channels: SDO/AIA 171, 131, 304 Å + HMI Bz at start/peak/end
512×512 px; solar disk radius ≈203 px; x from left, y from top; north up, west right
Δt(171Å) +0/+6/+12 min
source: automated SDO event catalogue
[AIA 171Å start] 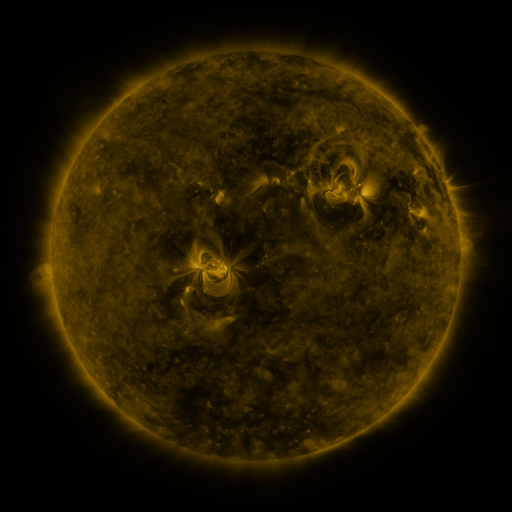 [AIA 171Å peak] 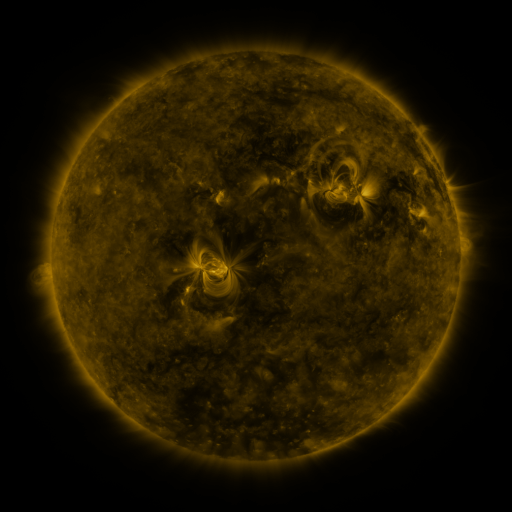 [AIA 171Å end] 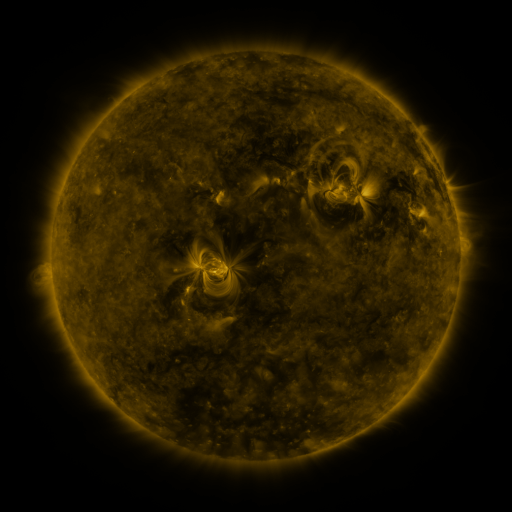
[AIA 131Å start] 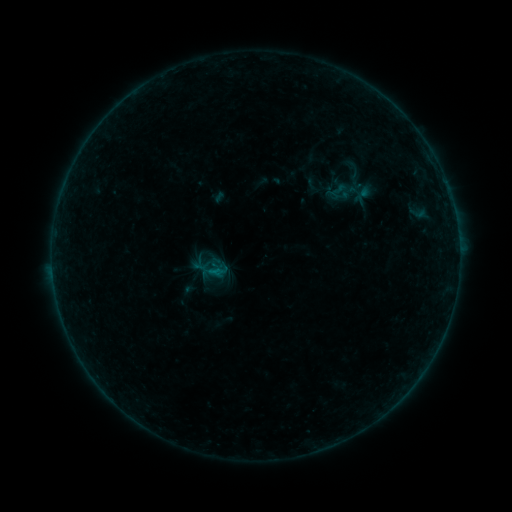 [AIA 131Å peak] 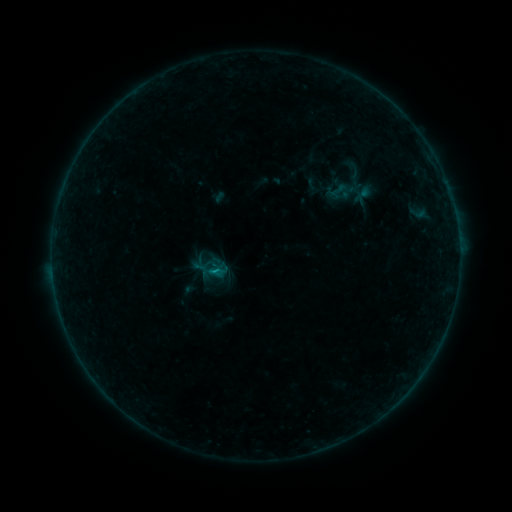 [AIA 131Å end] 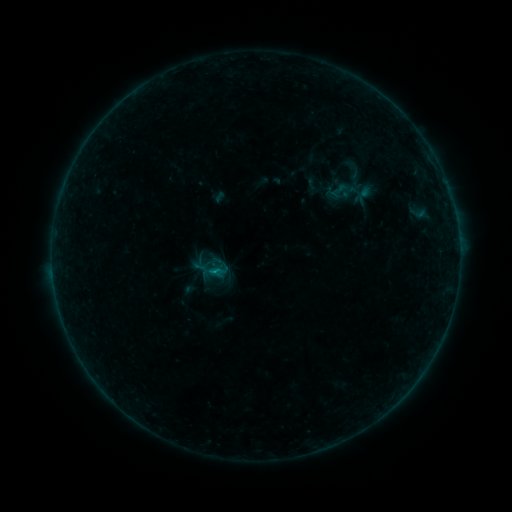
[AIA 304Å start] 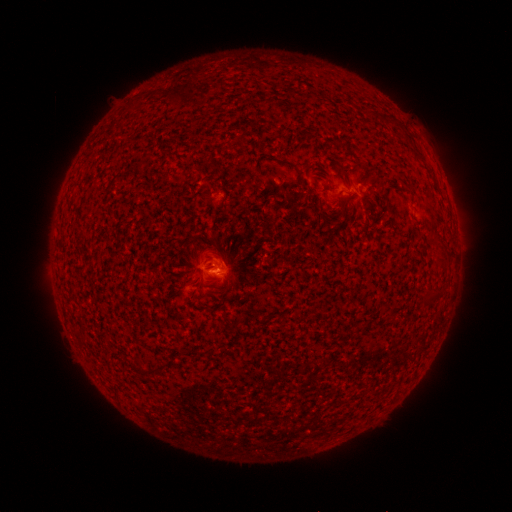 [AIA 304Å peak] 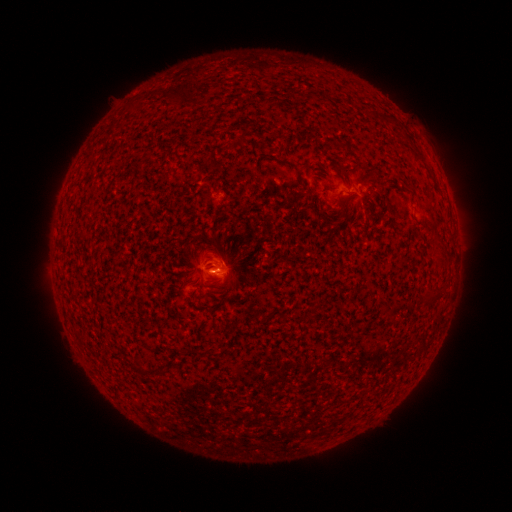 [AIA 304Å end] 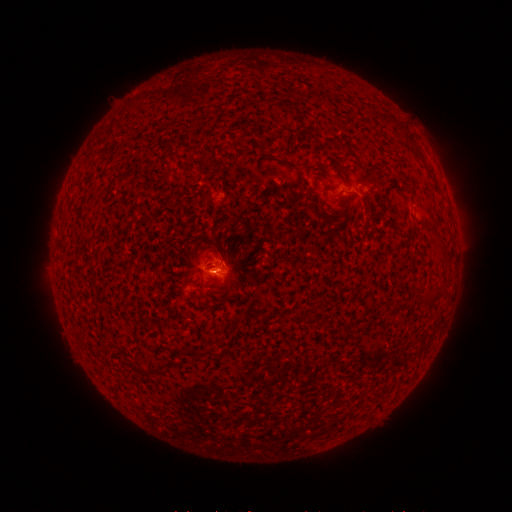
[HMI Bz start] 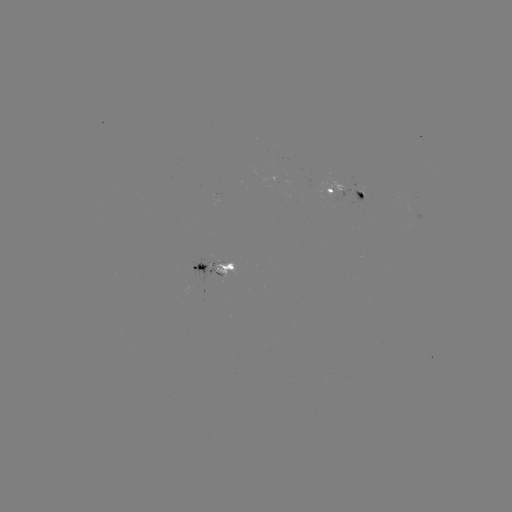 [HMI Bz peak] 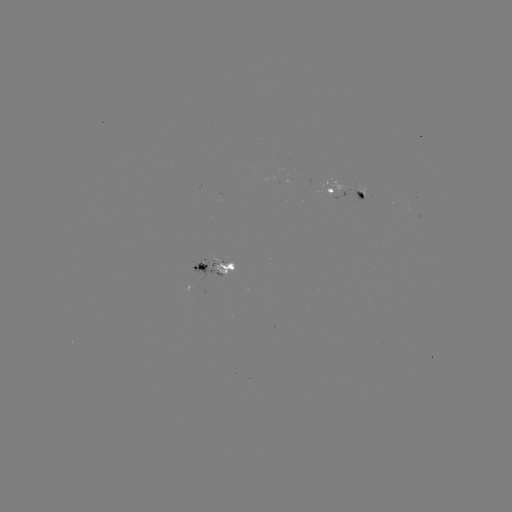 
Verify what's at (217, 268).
B2.7 flare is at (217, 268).